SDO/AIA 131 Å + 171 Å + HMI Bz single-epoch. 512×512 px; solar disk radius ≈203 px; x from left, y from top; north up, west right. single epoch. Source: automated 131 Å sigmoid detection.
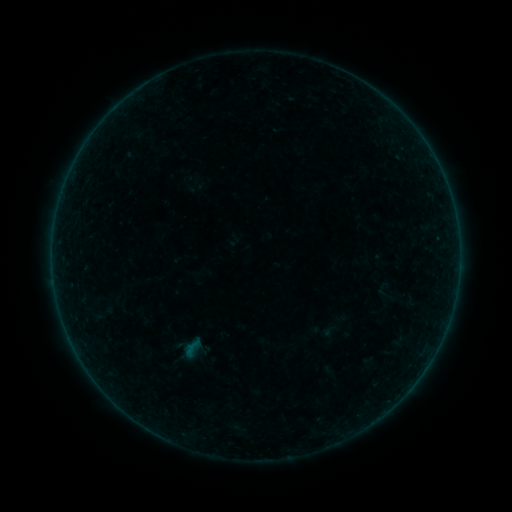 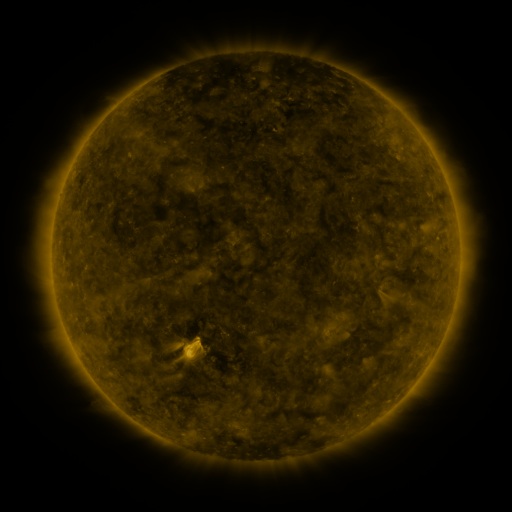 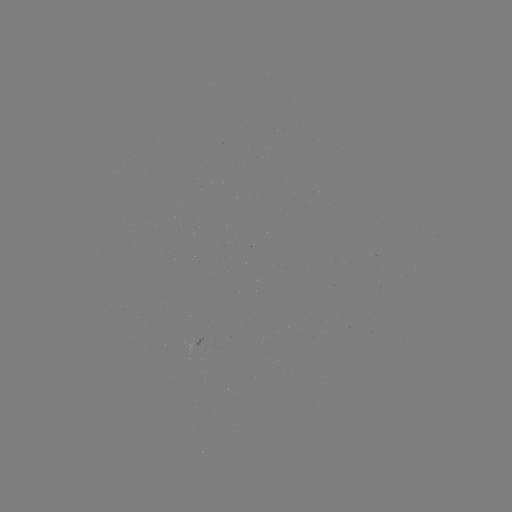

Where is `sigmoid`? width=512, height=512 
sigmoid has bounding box [175, 334, 209, 361].